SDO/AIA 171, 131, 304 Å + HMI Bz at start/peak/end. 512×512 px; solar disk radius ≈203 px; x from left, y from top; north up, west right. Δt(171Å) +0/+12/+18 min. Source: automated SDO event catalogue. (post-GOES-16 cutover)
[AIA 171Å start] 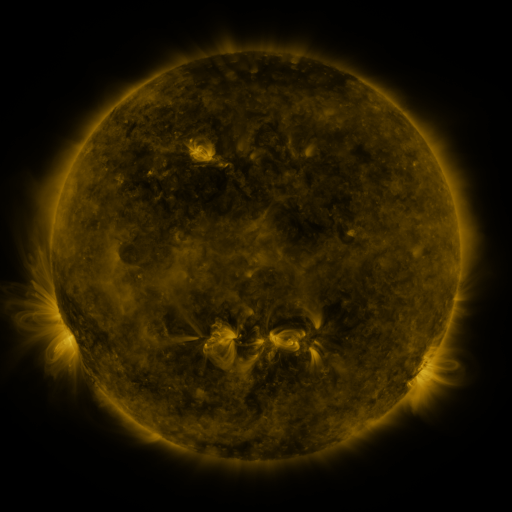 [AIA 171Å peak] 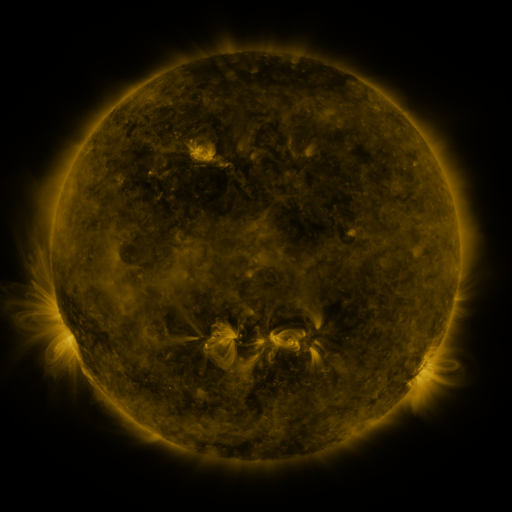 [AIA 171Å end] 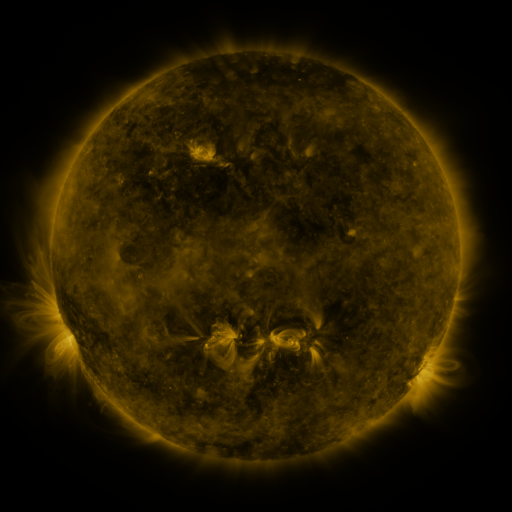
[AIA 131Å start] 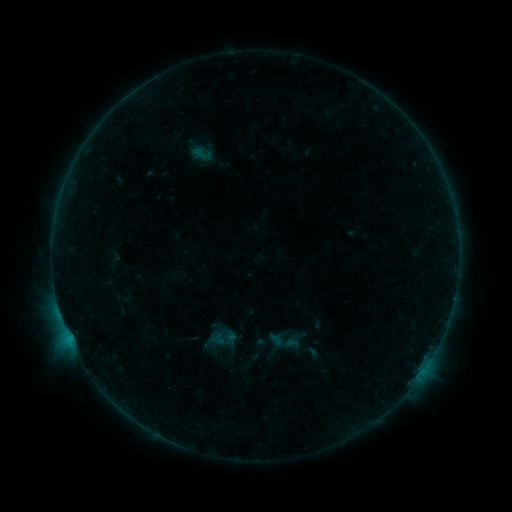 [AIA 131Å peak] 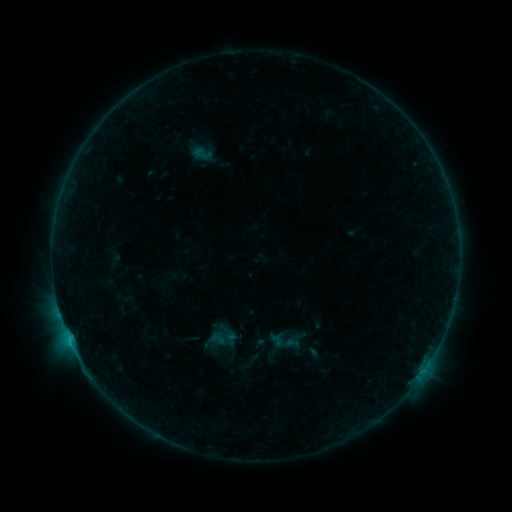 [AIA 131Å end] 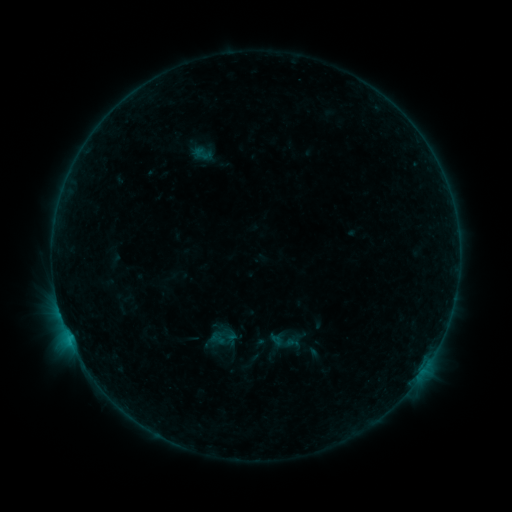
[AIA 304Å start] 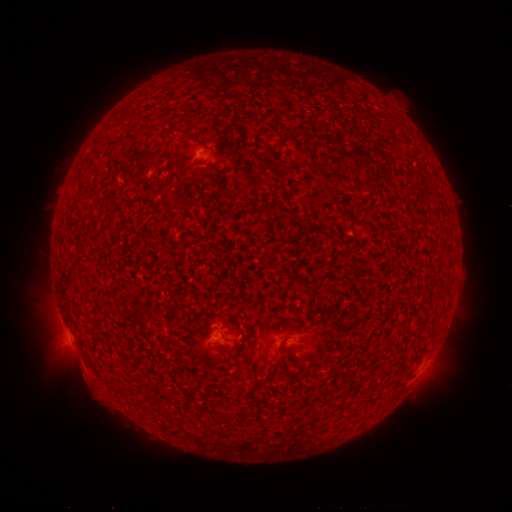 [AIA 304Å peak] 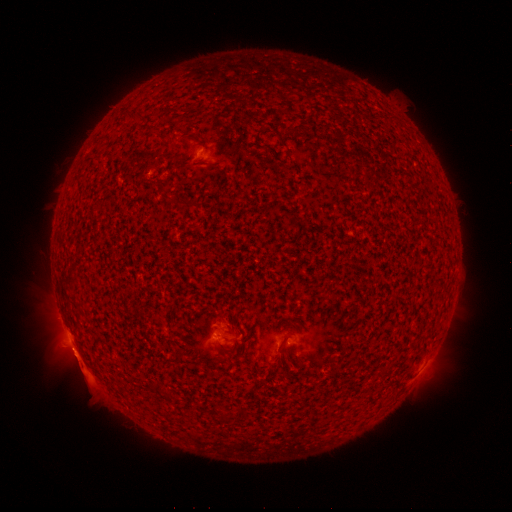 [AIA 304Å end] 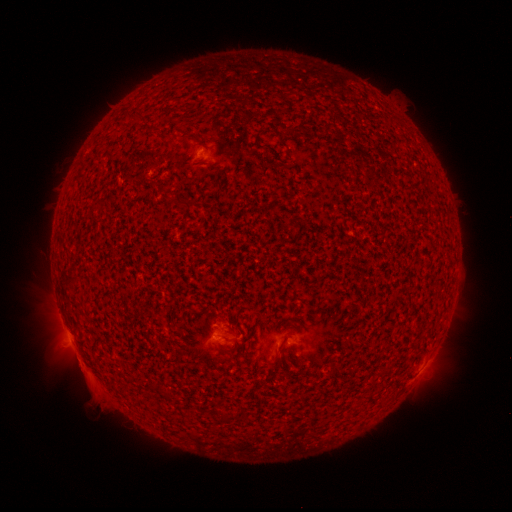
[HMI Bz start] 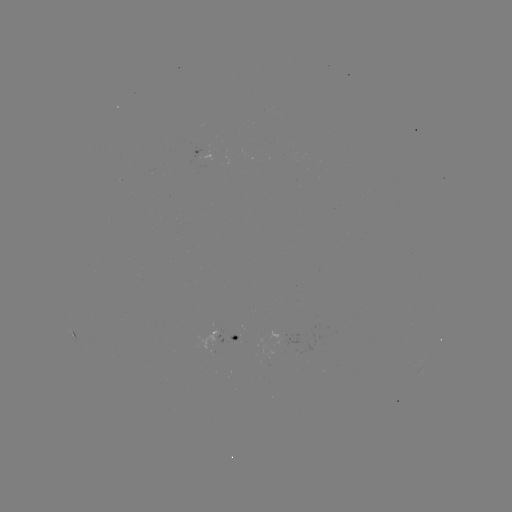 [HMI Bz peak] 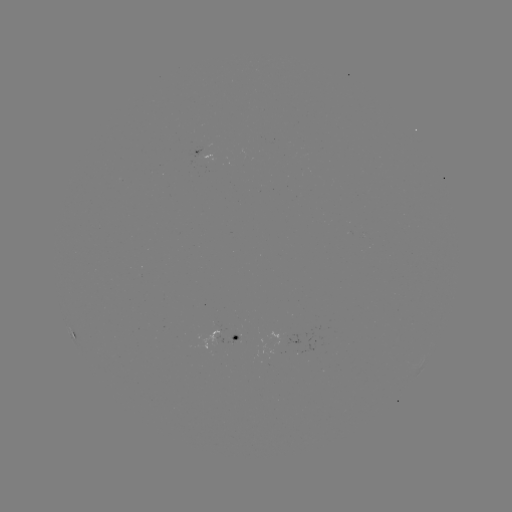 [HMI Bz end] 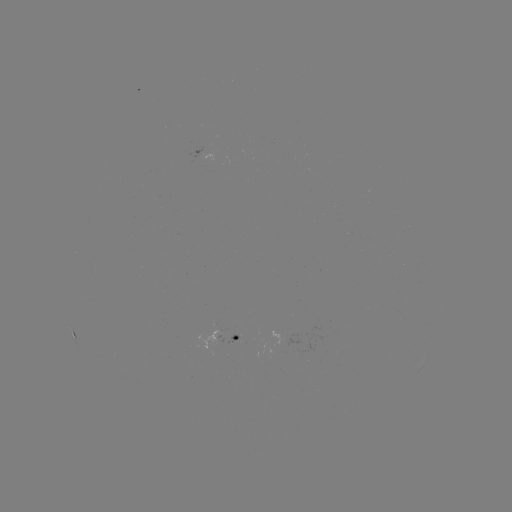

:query B6.1 flare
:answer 71,342